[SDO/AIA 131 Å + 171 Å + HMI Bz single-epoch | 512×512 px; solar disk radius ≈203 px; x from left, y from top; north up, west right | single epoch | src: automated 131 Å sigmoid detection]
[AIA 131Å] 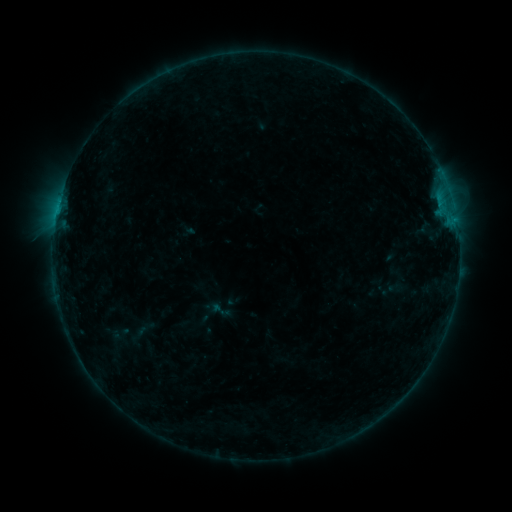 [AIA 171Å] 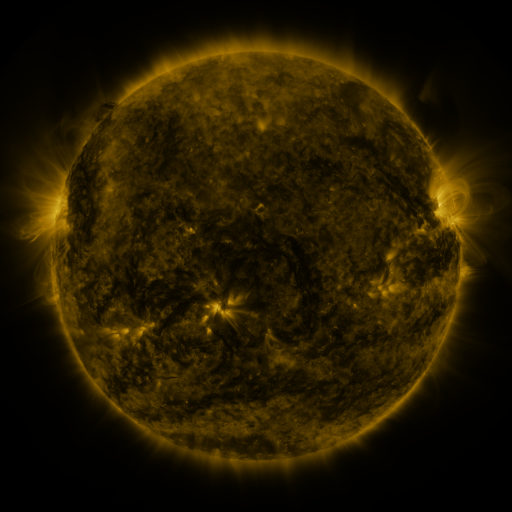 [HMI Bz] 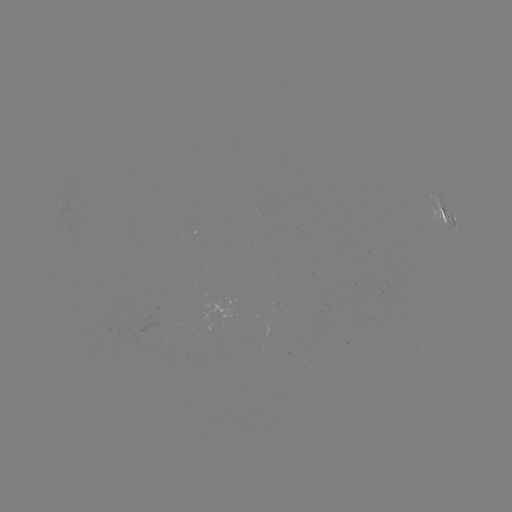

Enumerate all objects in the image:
sigmoid: <bbox>206, 297, 233, 322</bbox>
